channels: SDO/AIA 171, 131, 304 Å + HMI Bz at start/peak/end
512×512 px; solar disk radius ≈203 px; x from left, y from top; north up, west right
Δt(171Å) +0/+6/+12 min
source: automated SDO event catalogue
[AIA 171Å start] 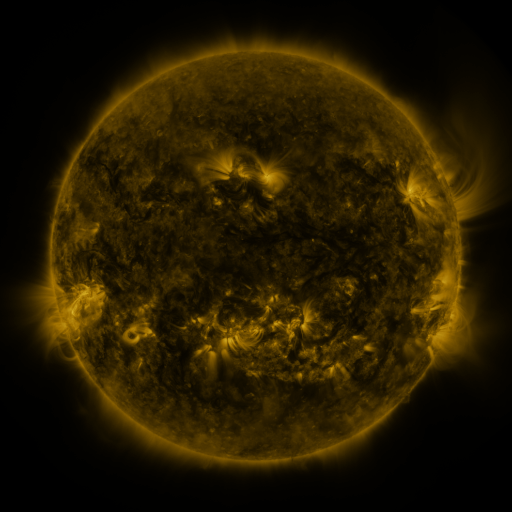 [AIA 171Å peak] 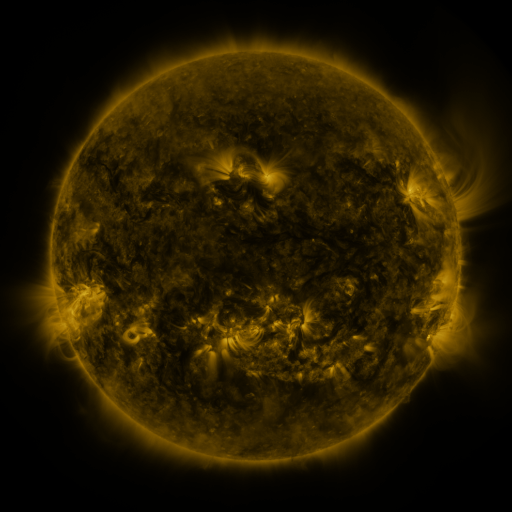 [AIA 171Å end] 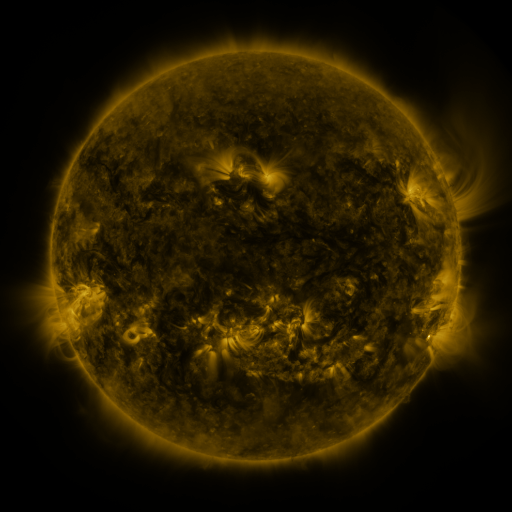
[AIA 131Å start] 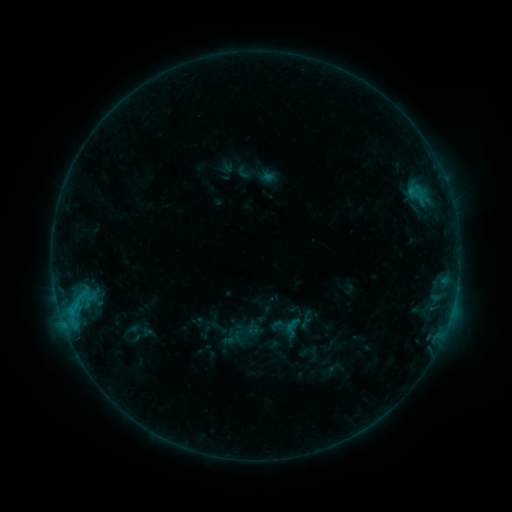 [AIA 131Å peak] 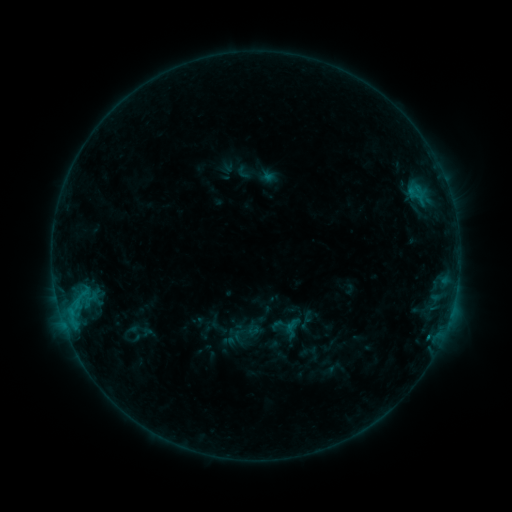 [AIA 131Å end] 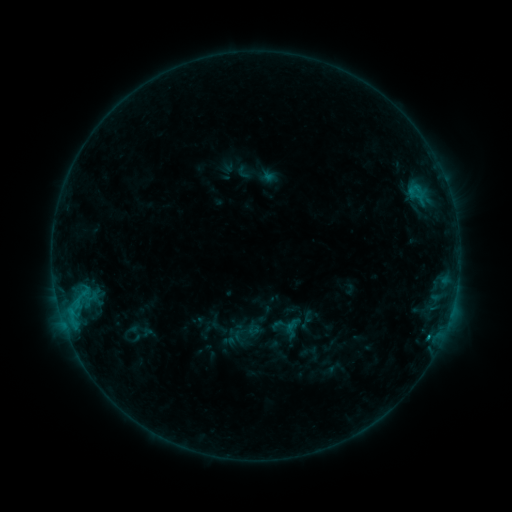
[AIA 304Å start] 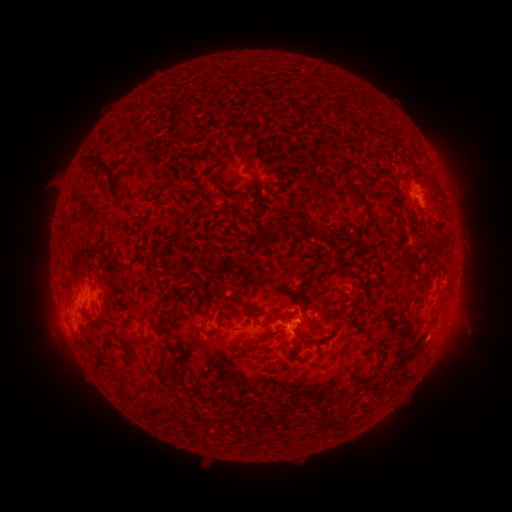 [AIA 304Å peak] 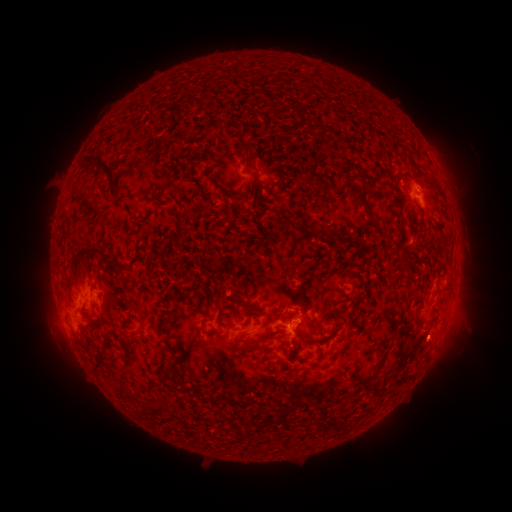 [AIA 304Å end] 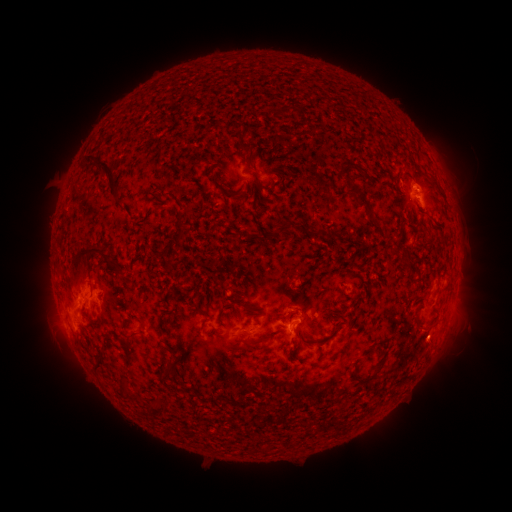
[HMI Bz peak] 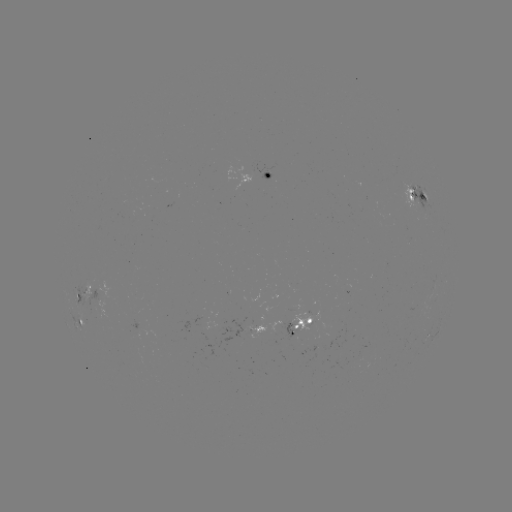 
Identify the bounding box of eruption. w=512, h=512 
[407, 321, 458, 370].